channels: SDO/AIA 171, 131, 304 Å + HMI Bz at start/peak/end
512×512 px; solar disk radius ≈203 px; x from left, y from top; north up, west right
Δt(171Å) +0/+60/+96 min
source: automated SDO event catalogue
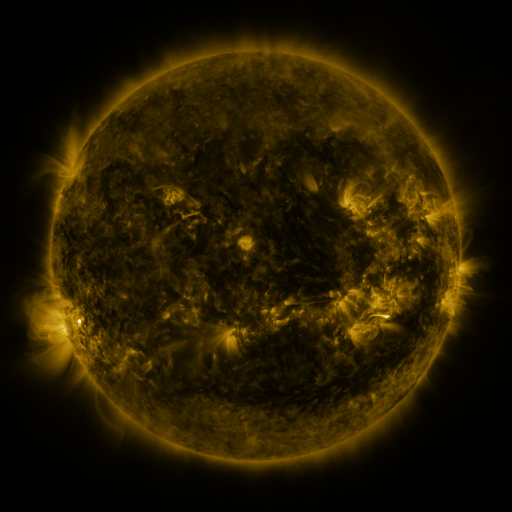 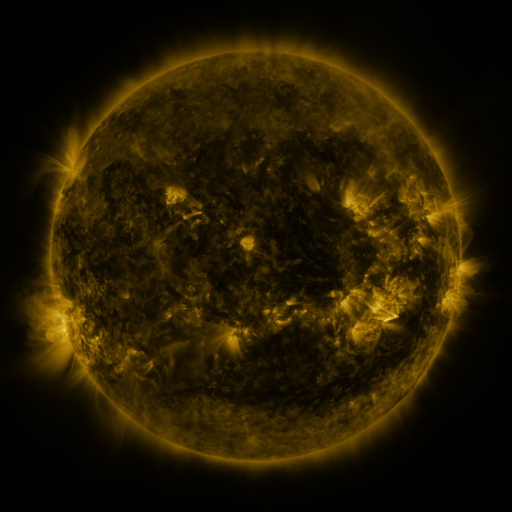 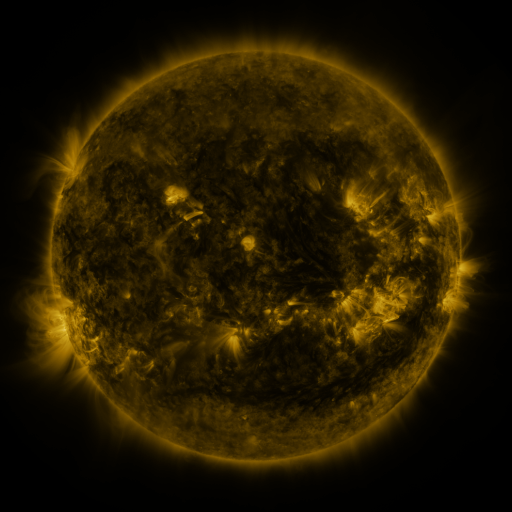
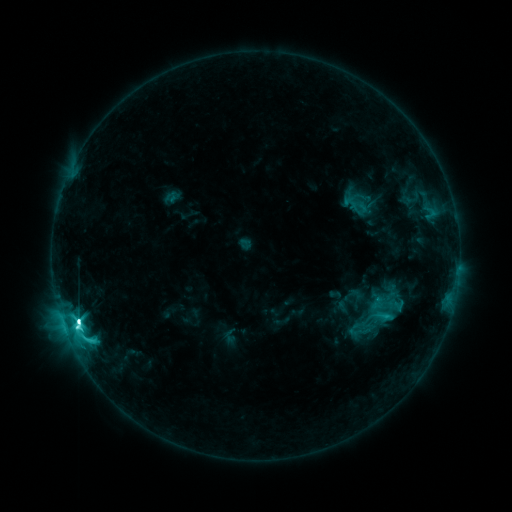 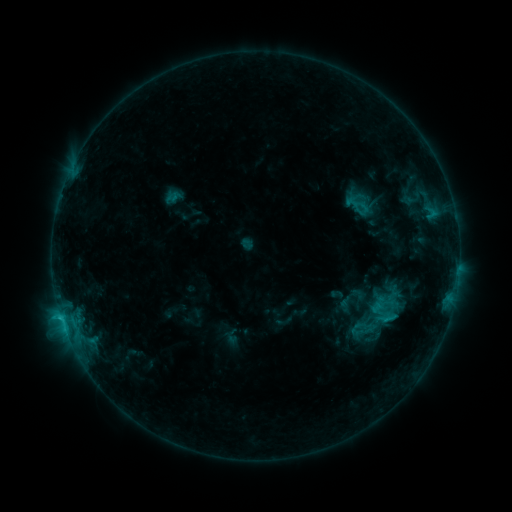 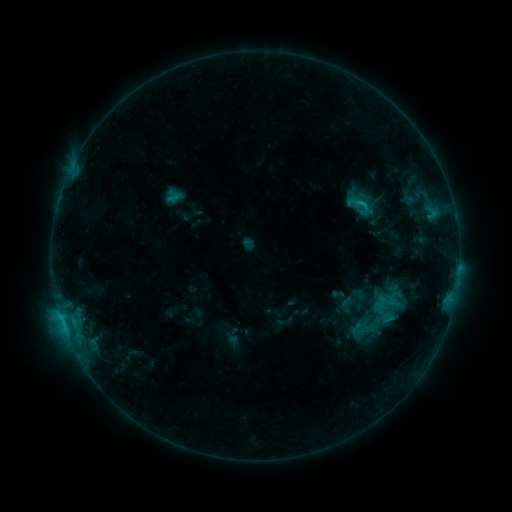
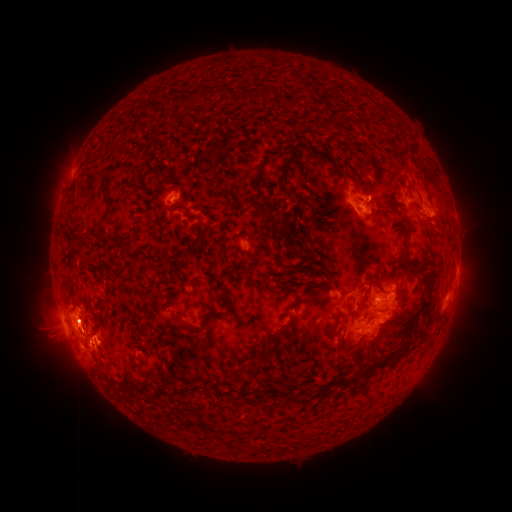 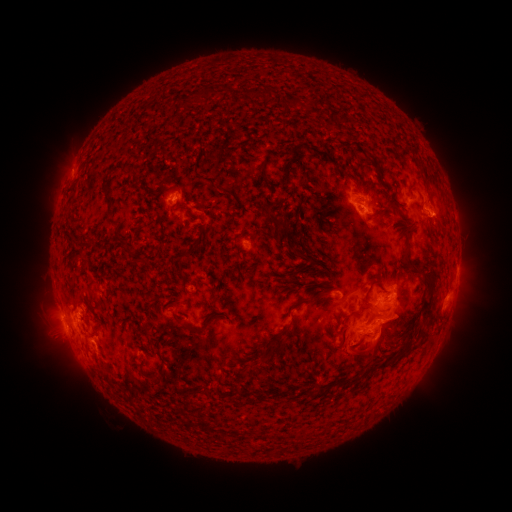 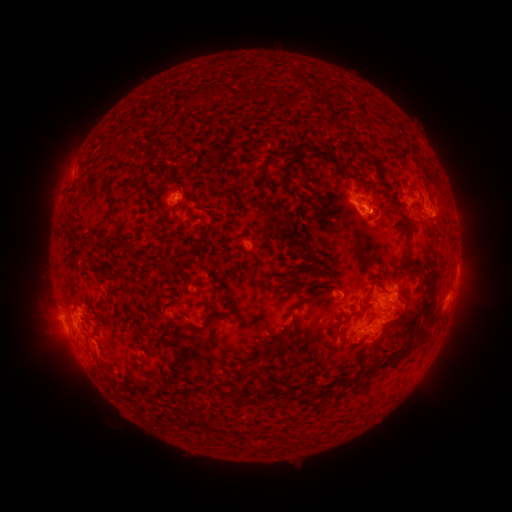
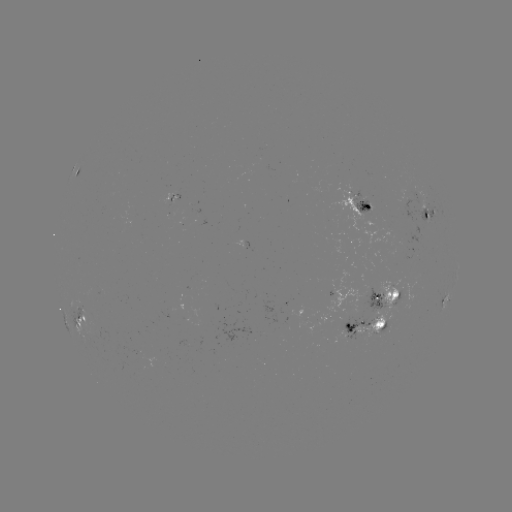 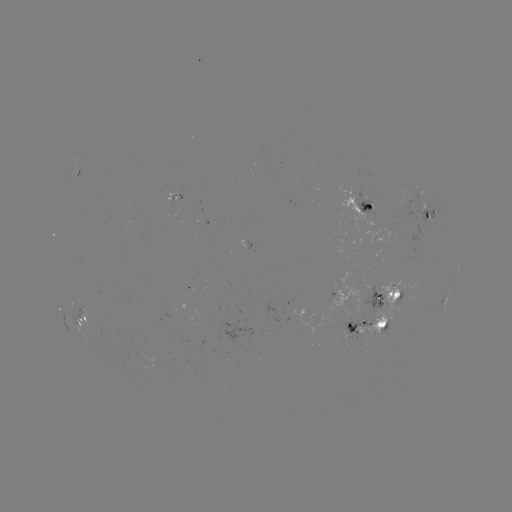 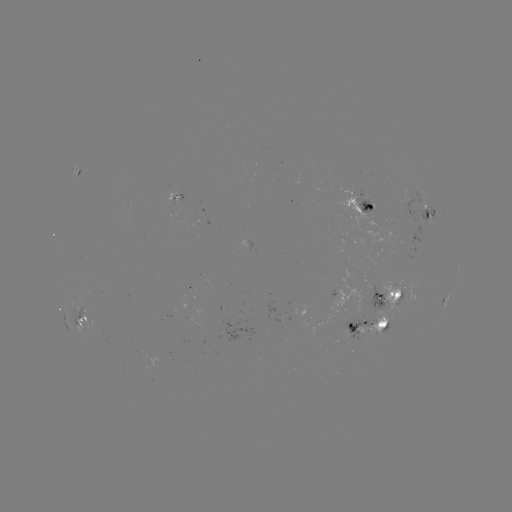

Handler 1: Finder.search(emerging-flux region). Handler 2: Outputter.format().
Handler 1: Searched emerging-flux region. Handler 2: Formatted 373,289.